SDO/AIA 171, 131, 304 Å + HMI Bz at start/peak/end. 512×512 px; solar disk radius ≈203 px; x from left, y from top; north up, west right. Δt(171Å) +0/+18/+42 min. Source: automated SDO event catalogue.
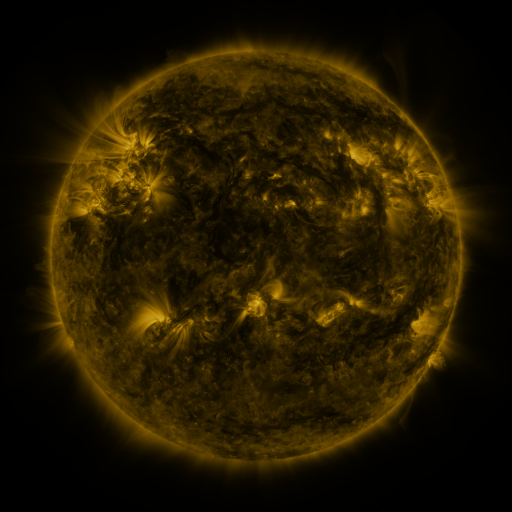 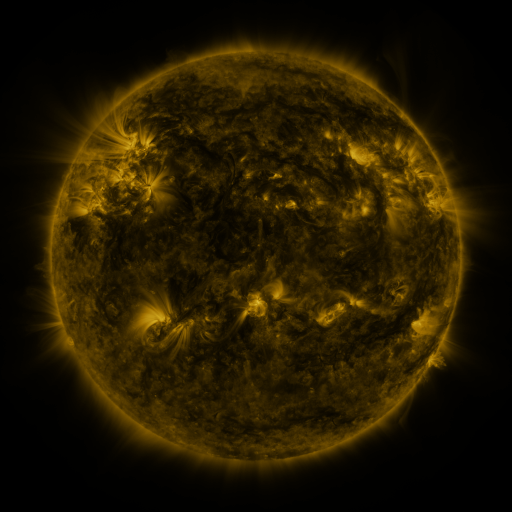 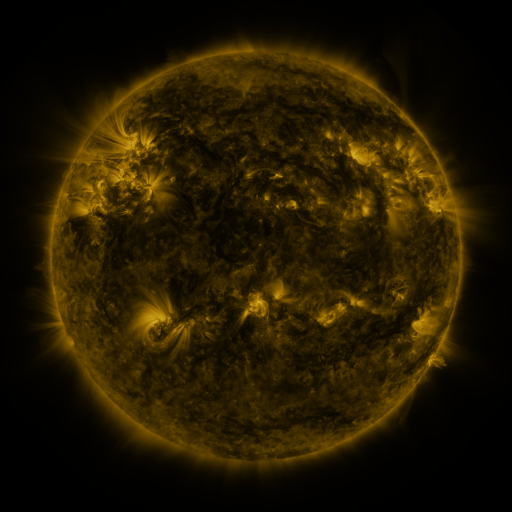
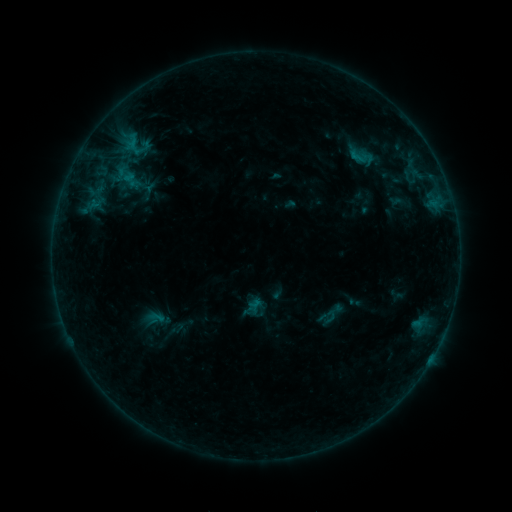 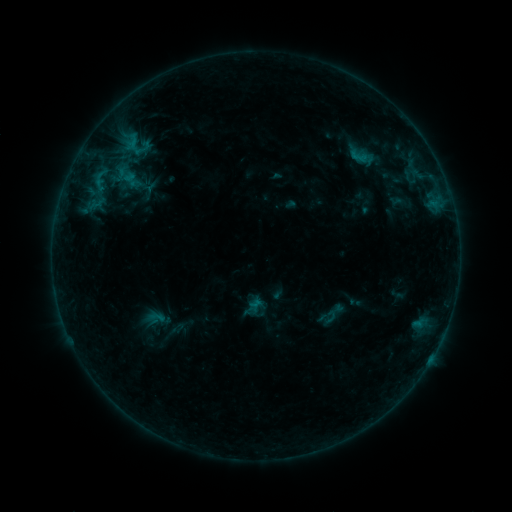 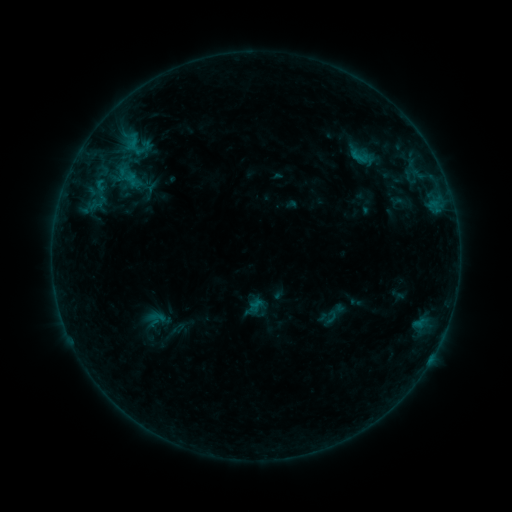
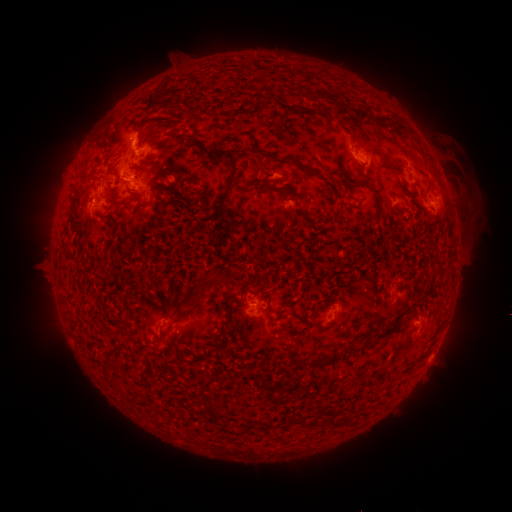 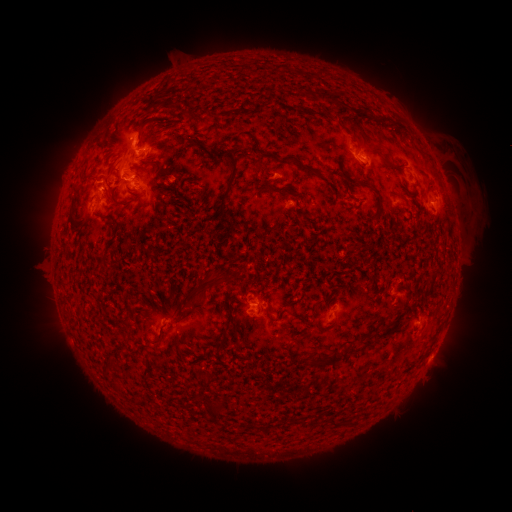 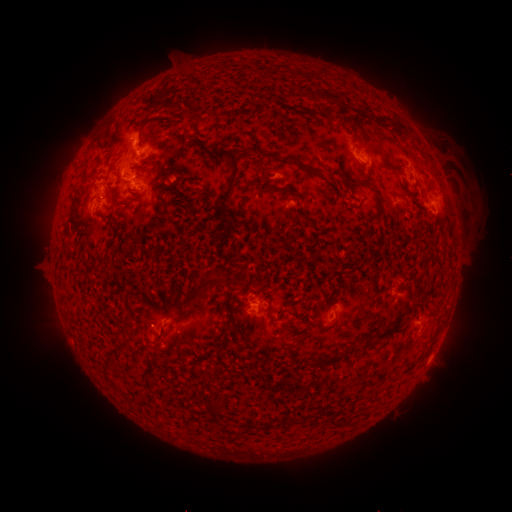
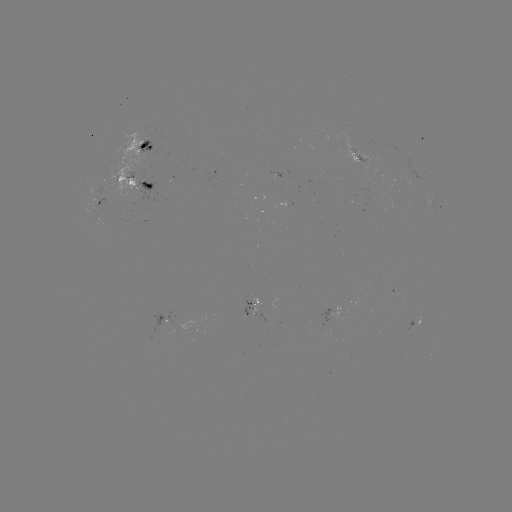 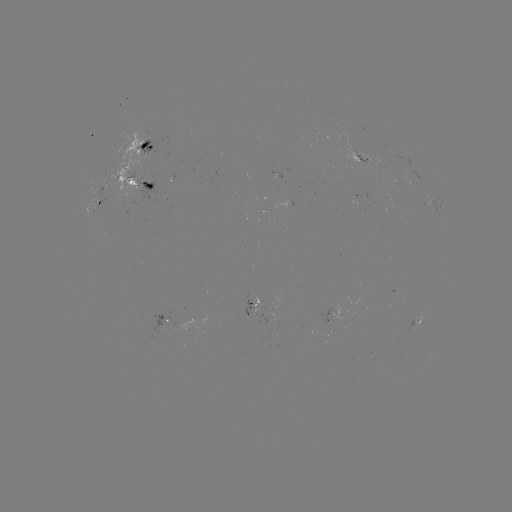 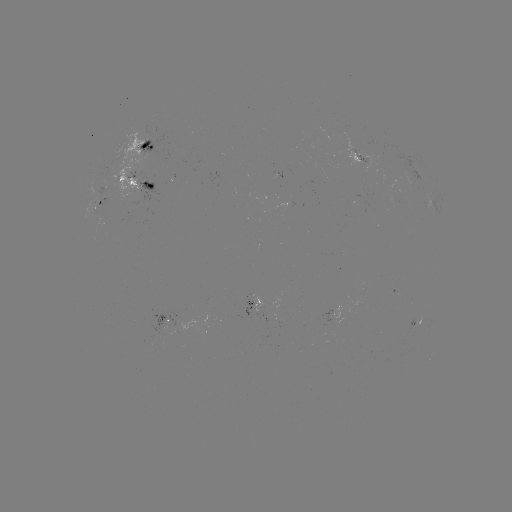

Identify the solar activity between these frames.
no flare in any classed list; no EUV-trigger detection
